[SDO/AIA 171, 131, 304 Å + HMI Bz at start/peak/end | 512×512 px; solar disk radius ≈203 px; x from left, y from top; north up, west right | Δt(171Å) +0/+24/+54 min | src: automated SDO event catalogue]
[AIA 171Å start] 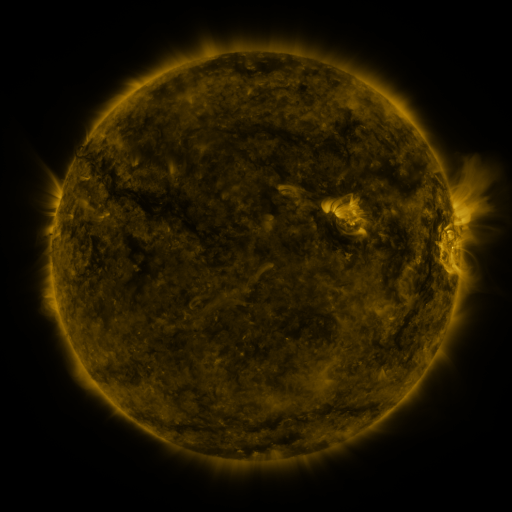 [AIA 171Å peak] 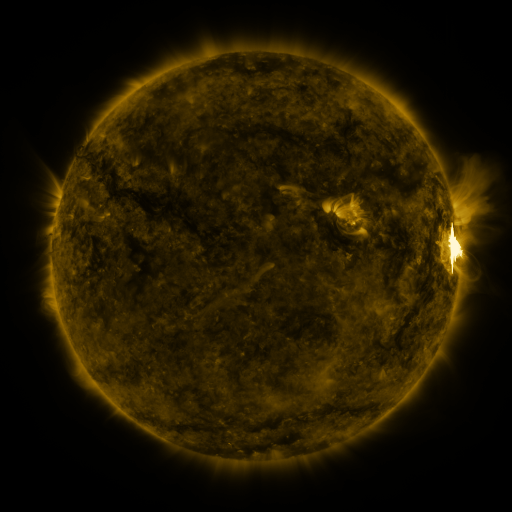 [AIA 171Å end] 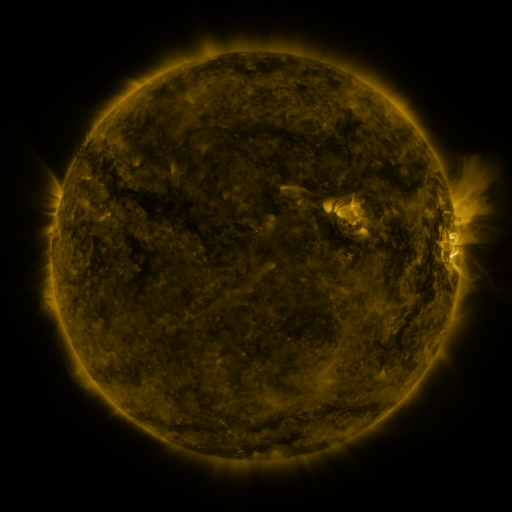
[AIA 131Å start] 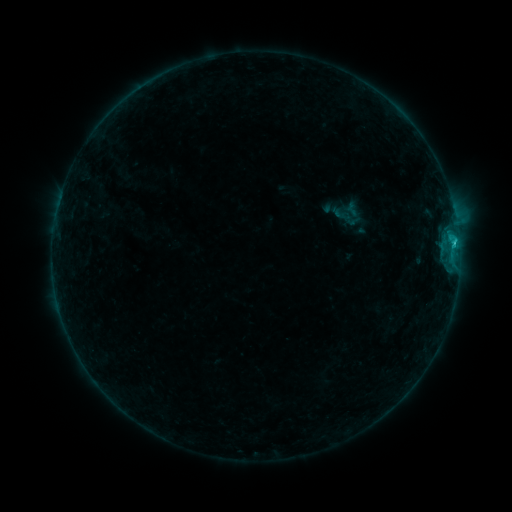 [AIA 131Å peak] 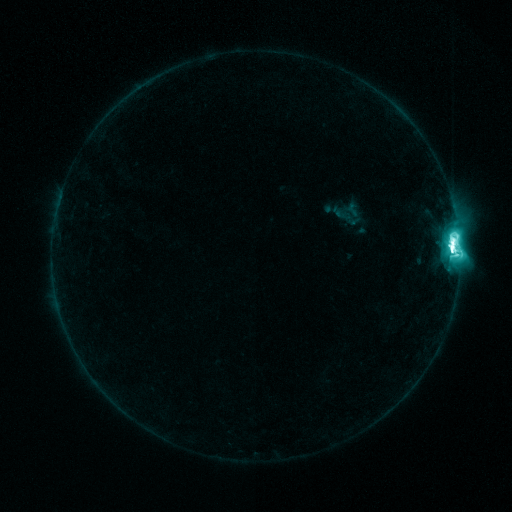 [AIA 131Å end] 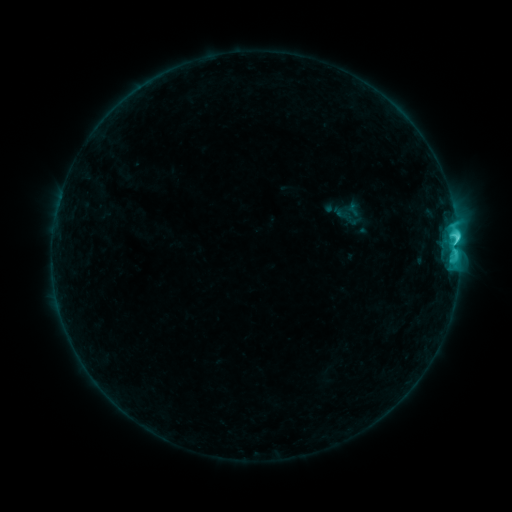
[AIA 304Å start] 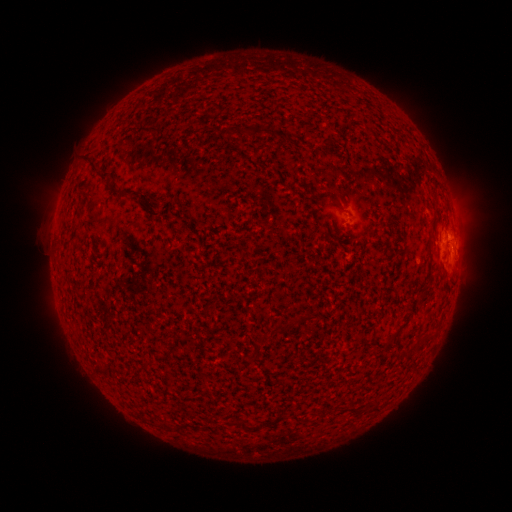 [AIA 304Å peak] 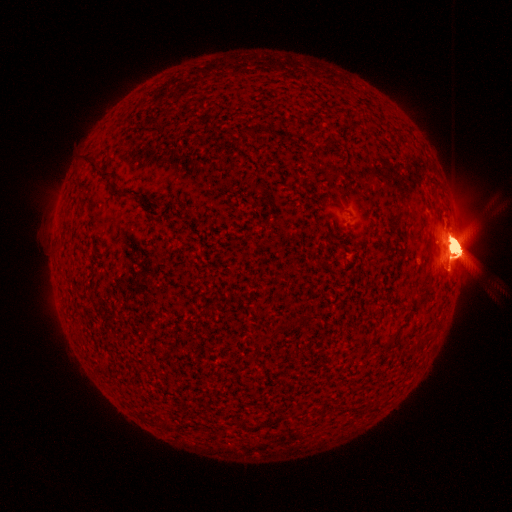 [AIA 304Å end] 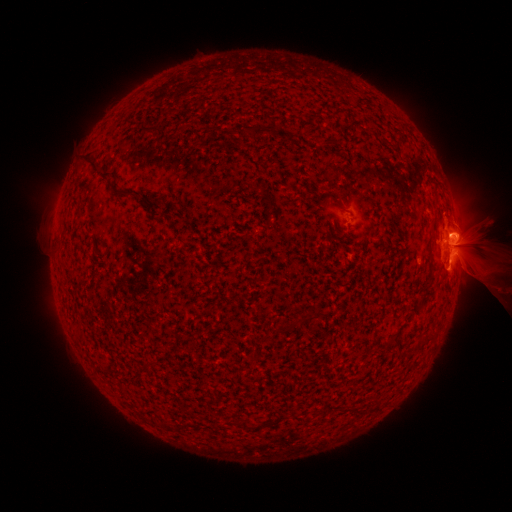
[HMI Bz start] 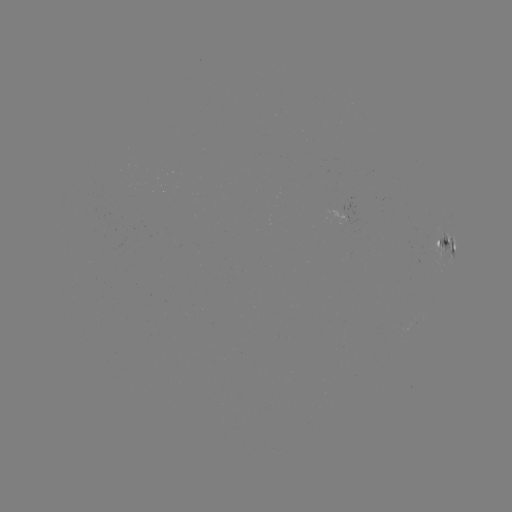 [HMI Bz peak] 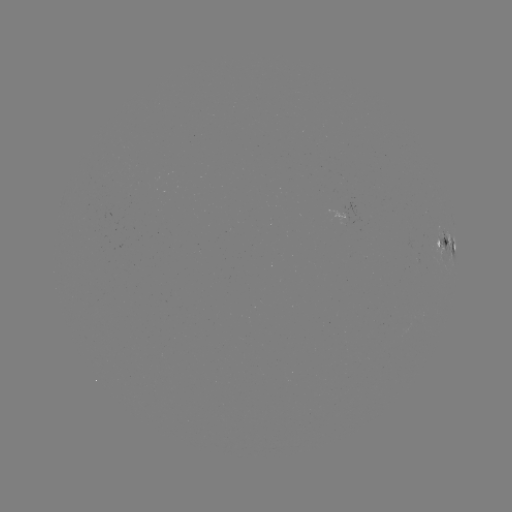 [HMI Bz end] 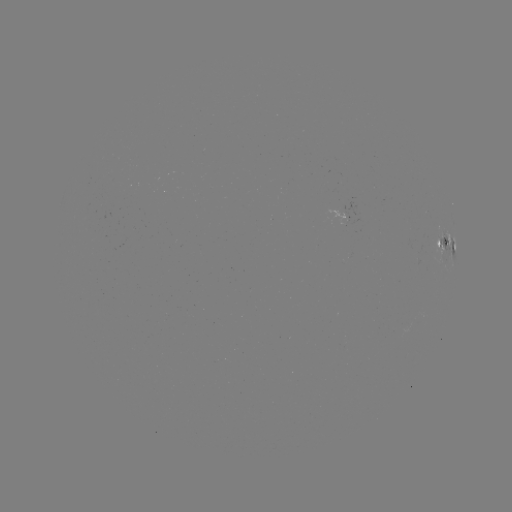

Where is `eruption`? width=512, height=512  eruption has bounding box [278, 66, 511, 438].